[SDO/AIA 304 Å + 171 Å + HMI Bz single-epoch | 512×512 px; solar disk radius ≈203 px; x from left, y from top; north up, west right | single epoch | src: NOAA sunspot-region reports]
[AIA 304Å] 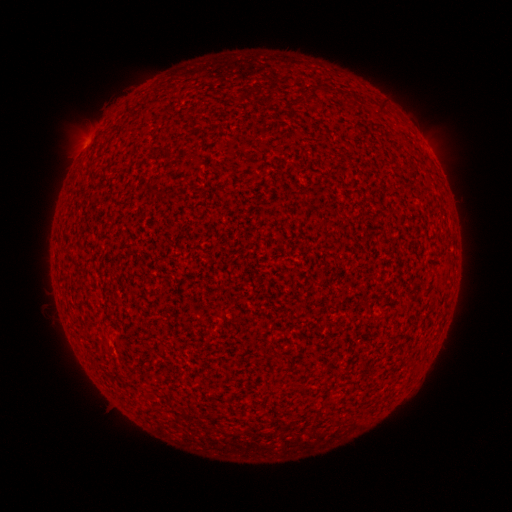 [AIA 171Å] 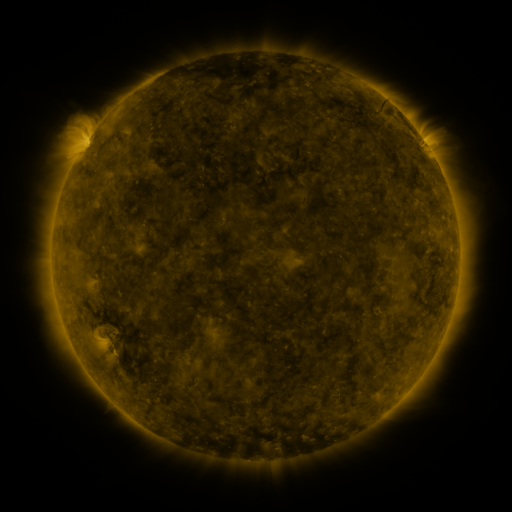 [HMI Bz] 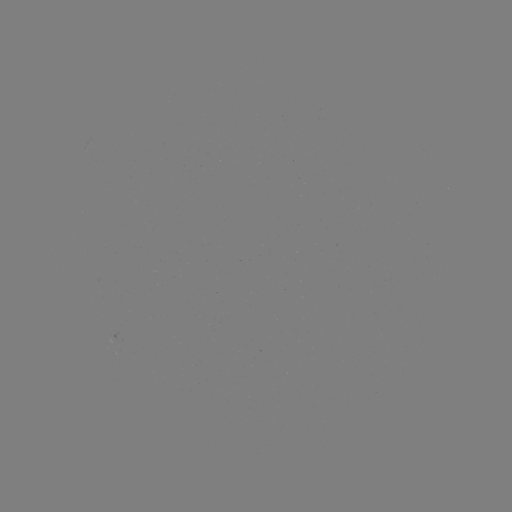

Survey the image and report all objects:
(none)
